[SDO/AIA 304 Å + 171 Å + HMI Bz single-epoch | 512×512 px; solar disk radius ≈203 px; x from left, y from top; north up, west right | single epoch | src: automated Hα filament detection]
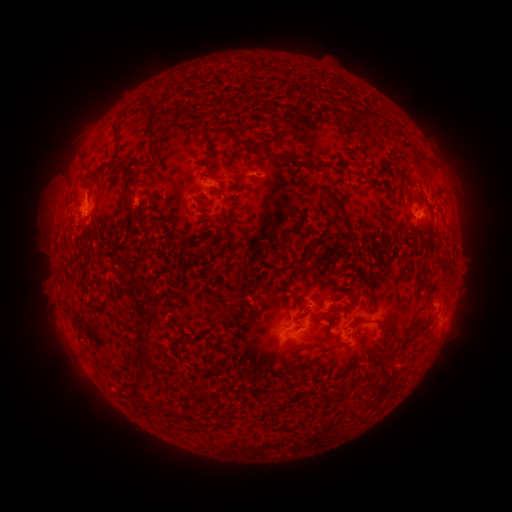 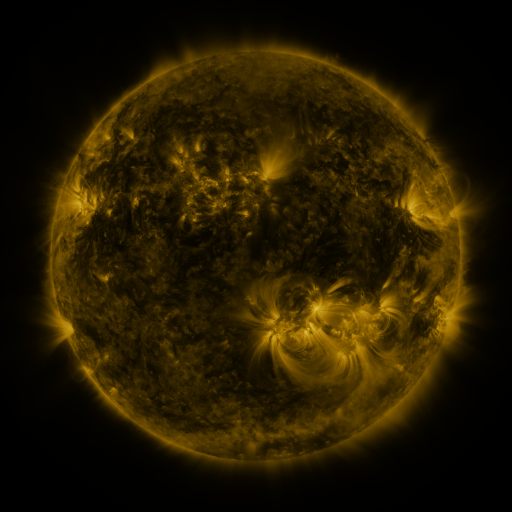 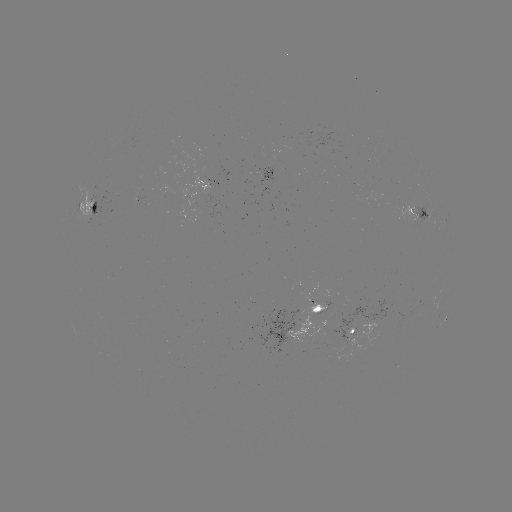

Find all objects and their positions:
filament: [146, 107, 161, 140]
filament: [111, 125, 119, 142]
filament: [199, 125, 212, 141]
filament: [272, 129, 286, 142]
filament: [348, 131, 363, 142]
filament: [235, 136, 266, 154]
filament: [147, 143, 157, 161]
filament: [263, 150, 290, 162]
filament: [199, 159, 210, 173]
filament: [307, 162, 335, 171]
filament: [121, 170, 128, 190]
filament: [345, 173, 352, 182]
filament: [320, 187, 355, 244]
filament: [124, 192, 136, 206]
filament: [90, 203, 97, 213]
filament: [140, 211, 148, 228]
filament: [129, 215, 137, 226]
filament: [196, 246, 206, 254]
filament: [259, 285, 276, 313]
filament: [138, 299, 163, 374]
filament: [375, 320, 388, 337]
filament: [196, 331, 207, 339]
filament: [314, 337, 329, 347]
filament: [256, 392, 269, 403]
